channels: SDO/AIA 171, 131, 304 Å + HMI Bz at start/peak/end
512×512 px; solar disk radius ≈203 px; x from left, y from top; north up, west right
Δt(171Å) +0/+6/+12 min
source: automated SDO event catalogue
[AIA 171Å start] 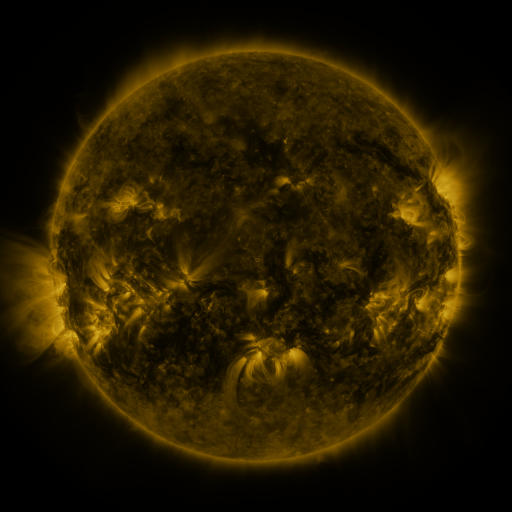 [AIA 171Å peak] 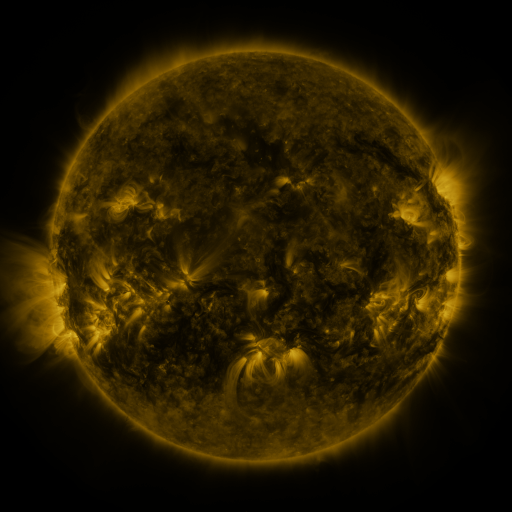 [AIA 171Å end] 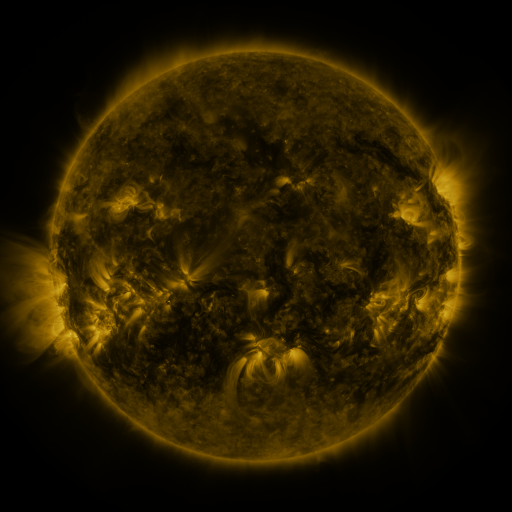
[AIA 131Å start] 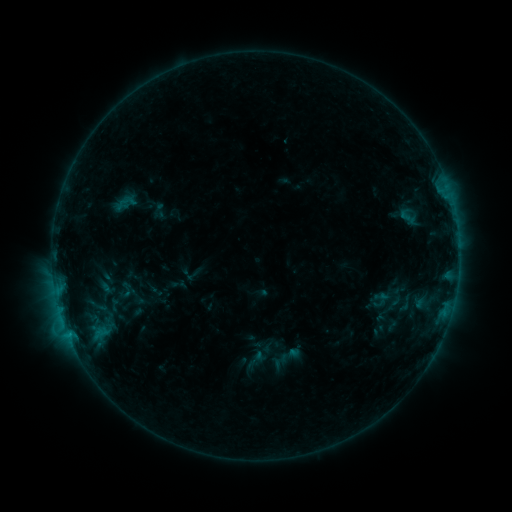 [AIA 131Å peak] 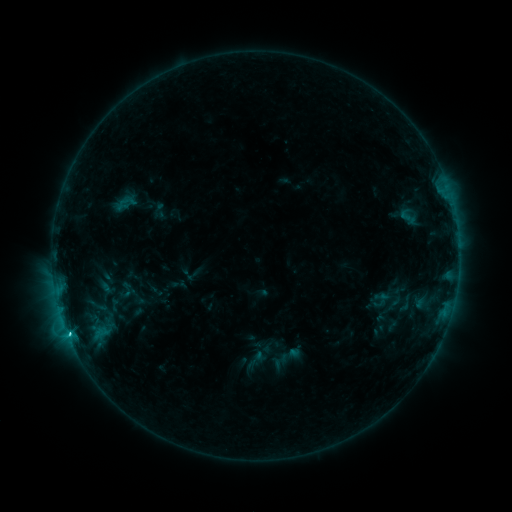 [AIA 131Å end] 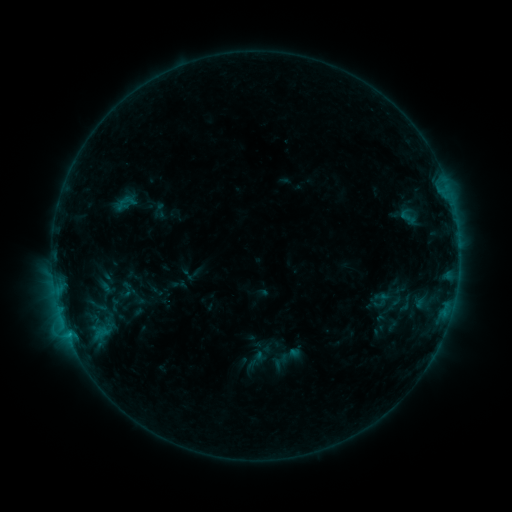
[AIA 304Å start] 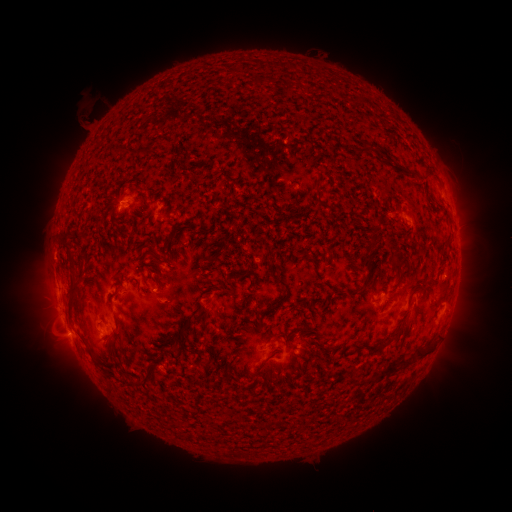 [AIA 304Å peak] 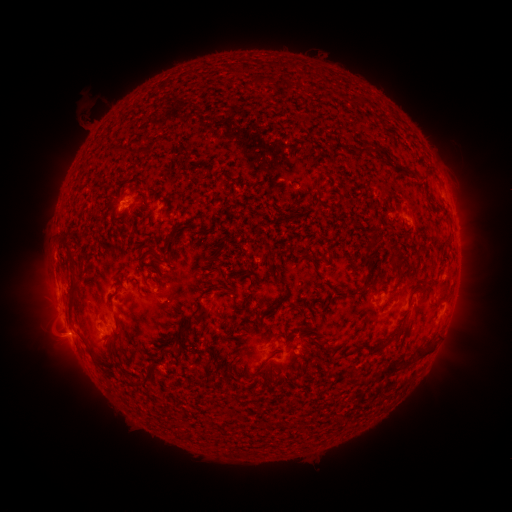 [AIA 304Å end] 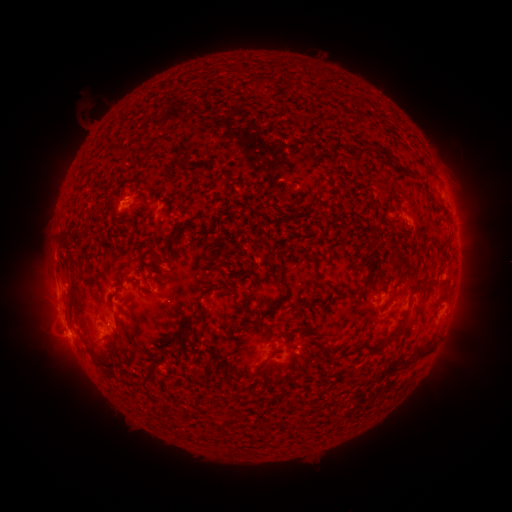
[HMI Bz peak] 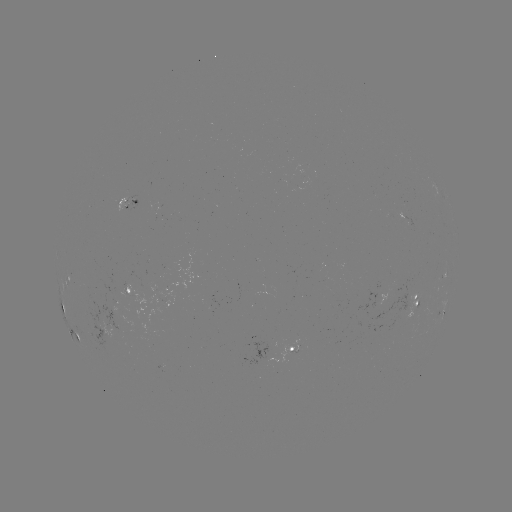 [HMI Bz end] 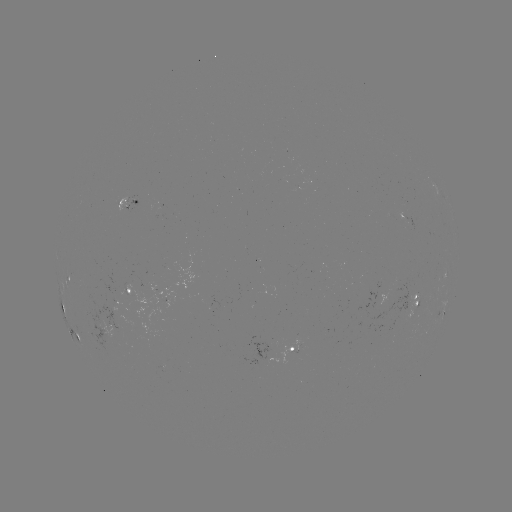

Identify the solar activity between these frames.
C1.2 flare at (69, 334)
